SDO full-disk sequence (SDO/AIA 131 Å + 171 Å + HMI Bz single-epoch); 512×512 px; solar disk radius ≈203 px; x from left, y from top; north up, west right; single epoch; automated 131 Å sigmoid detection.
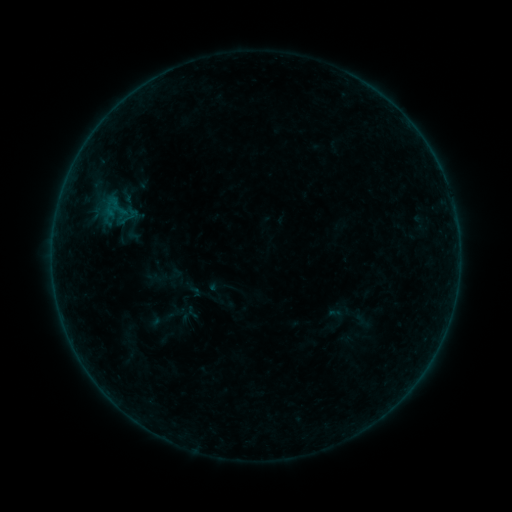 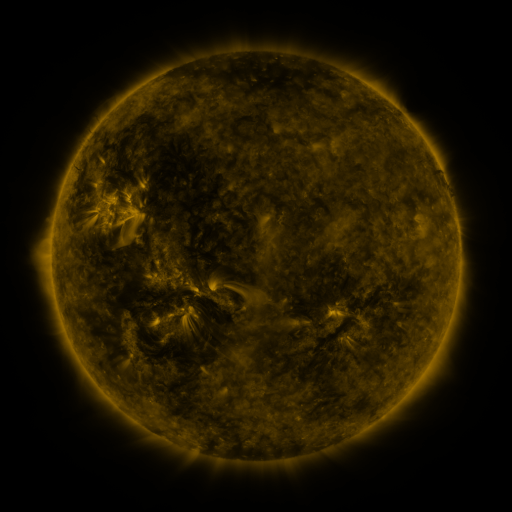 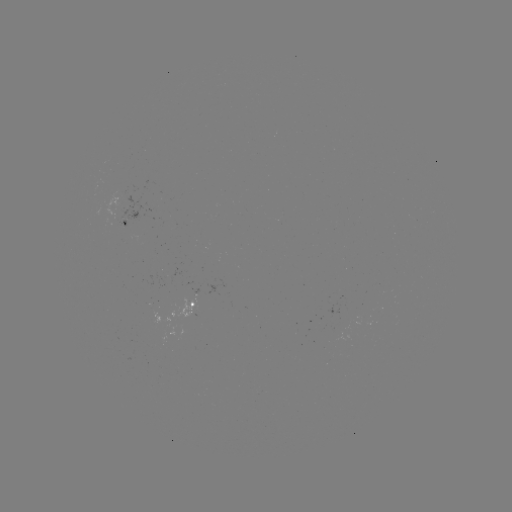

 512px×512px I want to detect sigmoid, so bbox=[91, 183, 141, 241].